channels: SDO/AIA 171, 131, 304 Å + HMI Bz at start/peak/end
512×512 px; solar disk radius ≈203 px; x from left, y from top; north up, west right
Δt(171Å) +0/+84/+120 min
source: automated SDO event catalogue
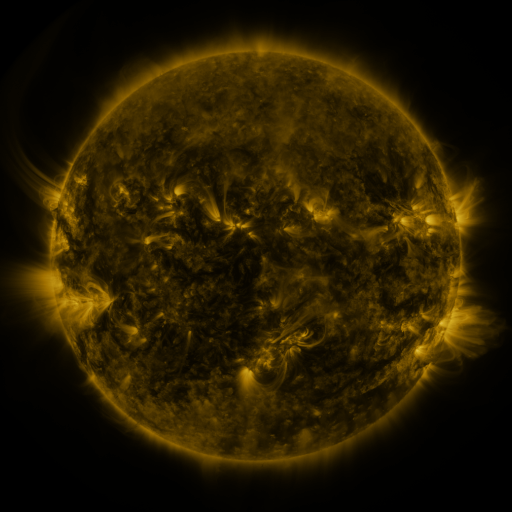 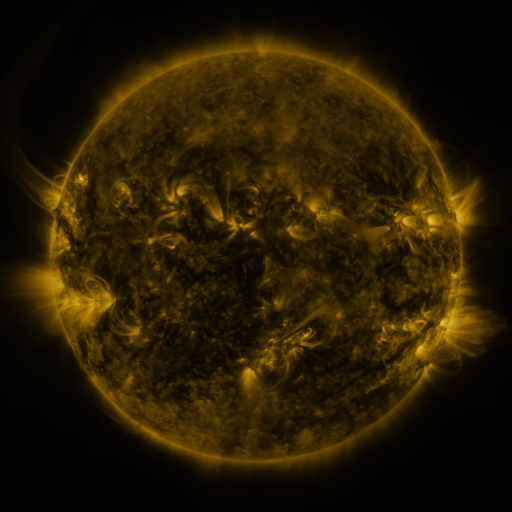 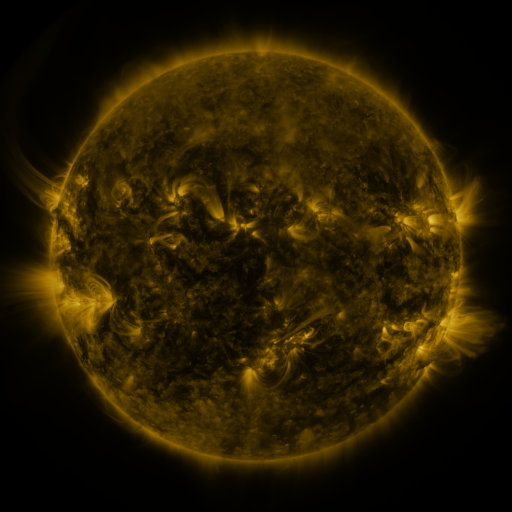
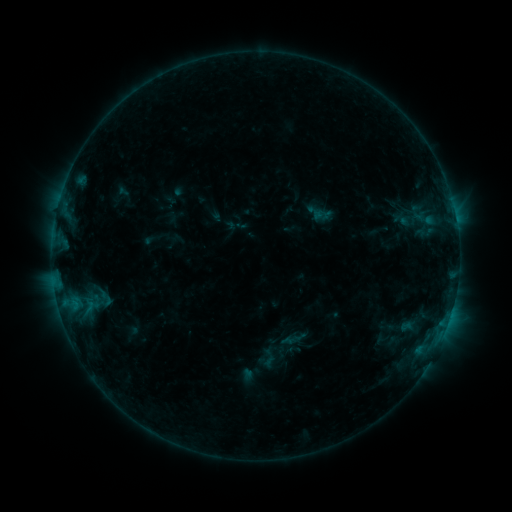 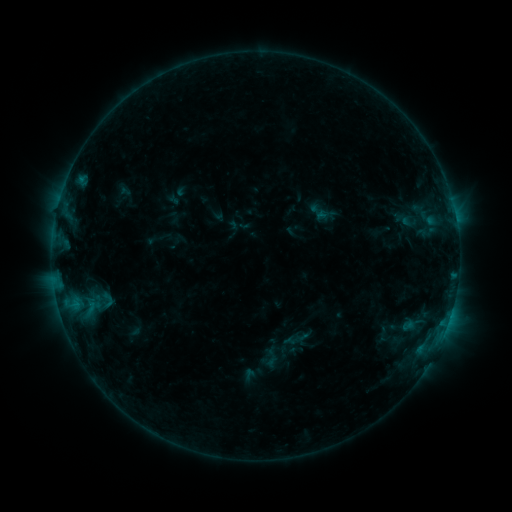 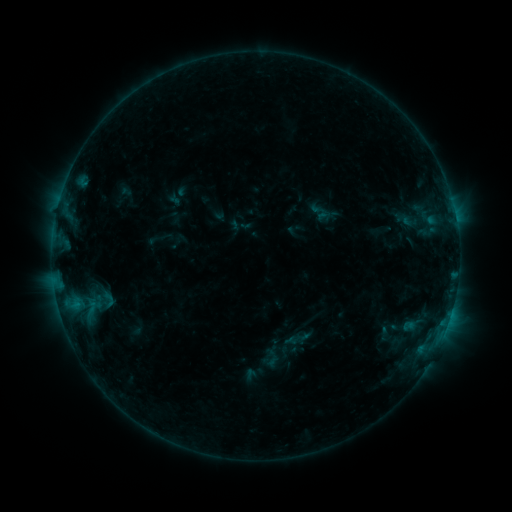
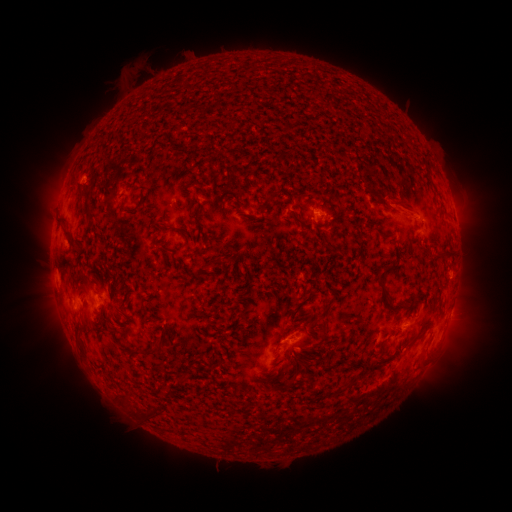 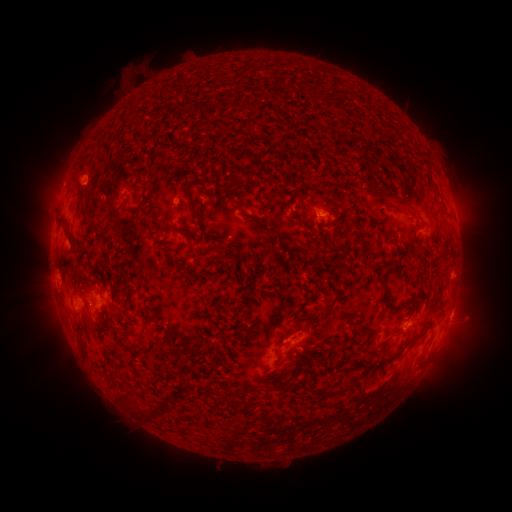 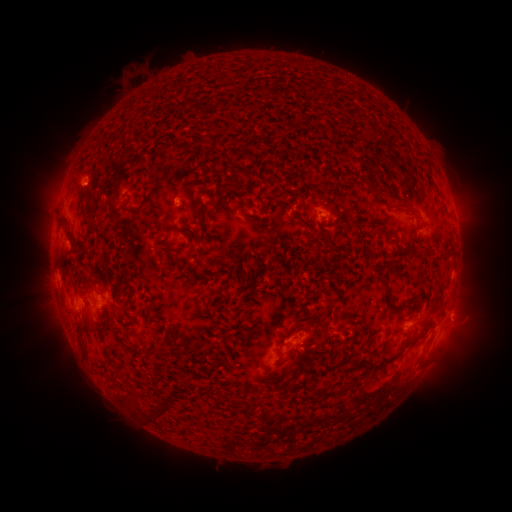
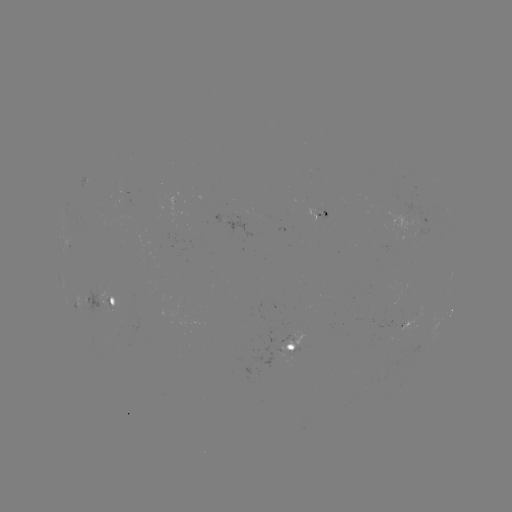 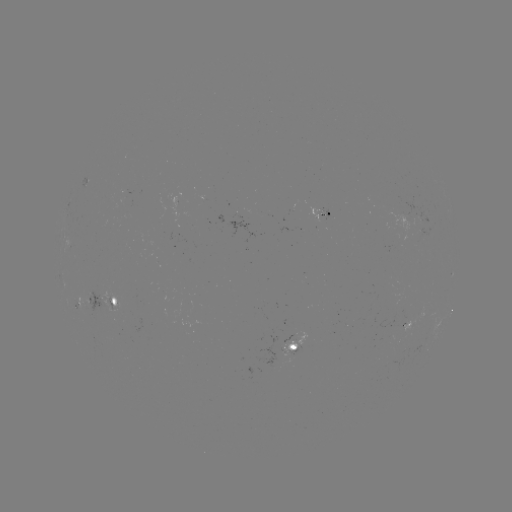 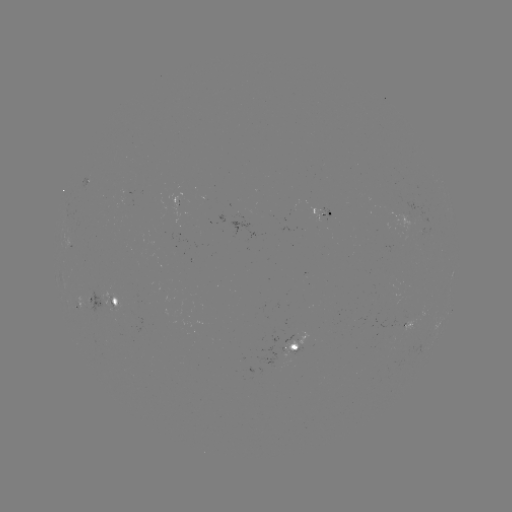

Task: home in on emerging-flux region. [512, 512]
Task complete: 293,354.